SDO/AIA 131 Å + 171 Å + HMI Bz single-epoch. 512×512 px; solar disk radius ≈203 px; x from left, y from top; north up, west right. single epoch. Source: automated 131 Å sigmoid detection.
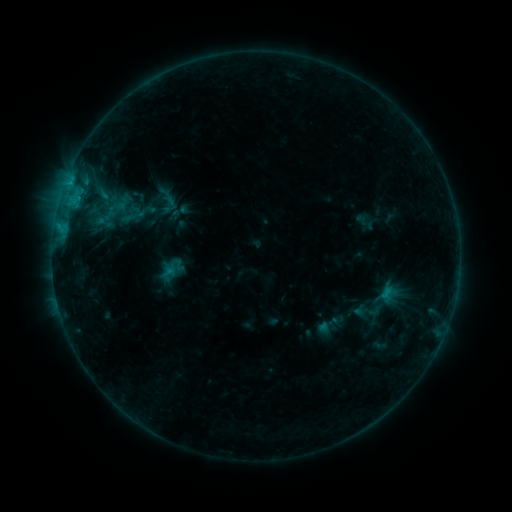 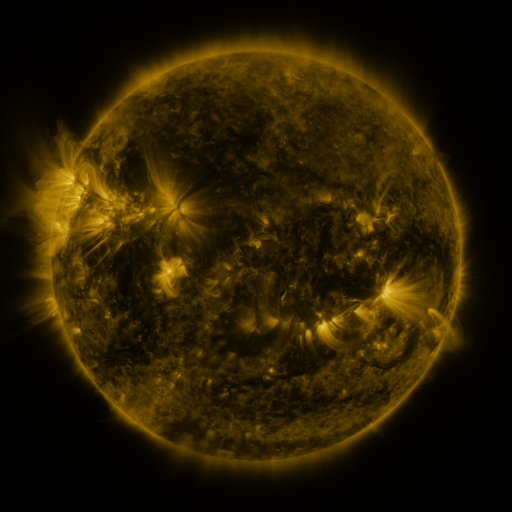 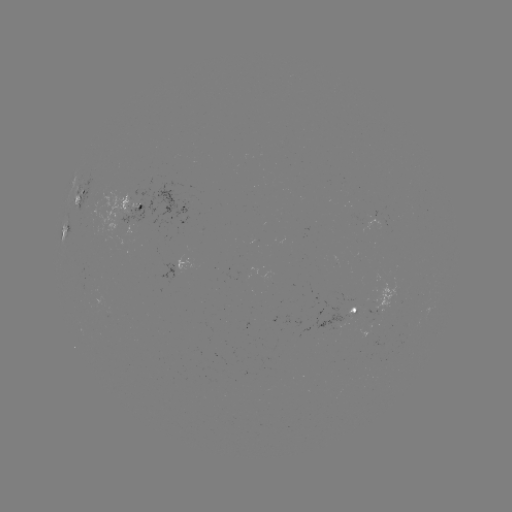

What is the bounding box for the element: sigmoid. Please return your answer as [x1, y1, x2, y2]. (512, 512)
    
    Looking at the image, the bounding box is [114, 195, 131, 212].